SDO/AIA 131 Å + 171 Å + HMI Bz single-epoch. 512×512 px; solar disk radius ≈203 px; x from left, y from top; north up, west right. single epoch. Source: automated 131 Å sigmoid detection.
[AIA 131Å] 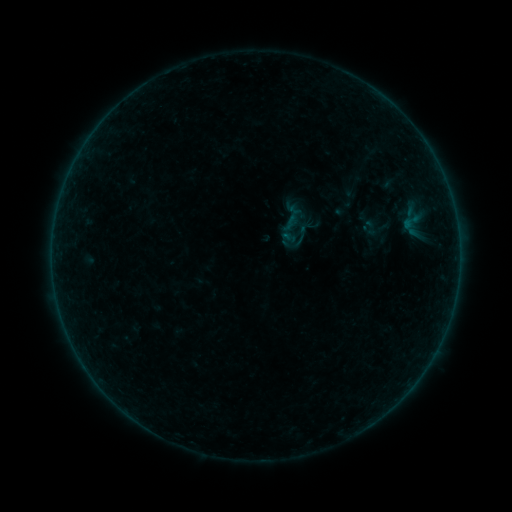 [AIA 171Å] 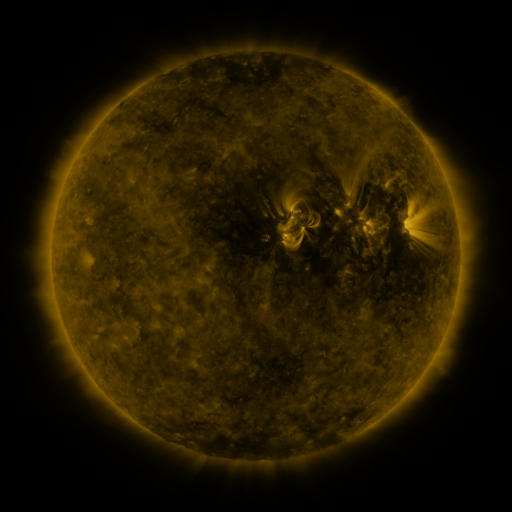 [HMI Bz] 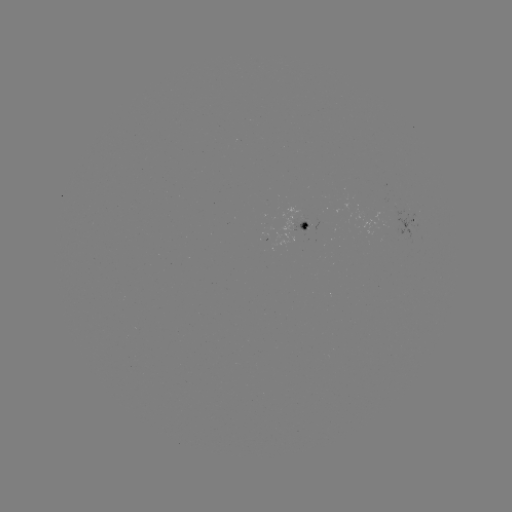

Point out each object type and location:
sigmoid: (398, 210, 423, 233)
sigmoid: (360, 218, 381, 238)
